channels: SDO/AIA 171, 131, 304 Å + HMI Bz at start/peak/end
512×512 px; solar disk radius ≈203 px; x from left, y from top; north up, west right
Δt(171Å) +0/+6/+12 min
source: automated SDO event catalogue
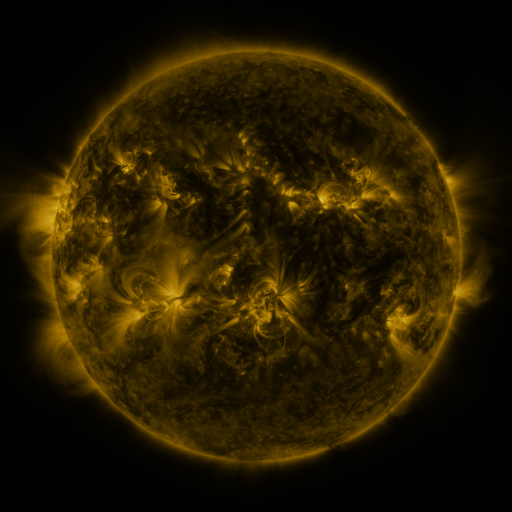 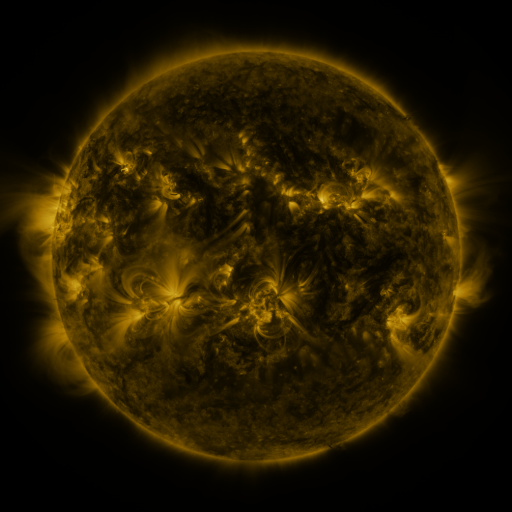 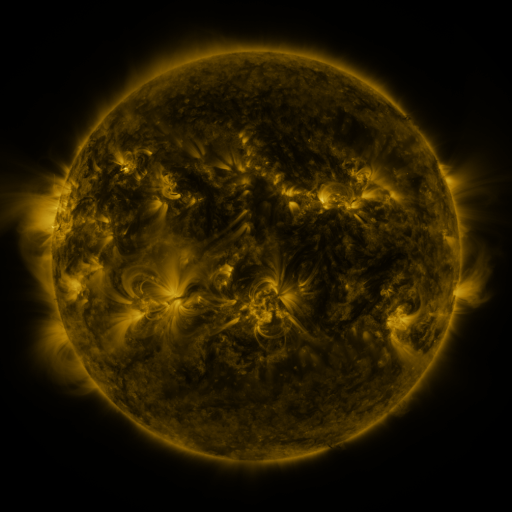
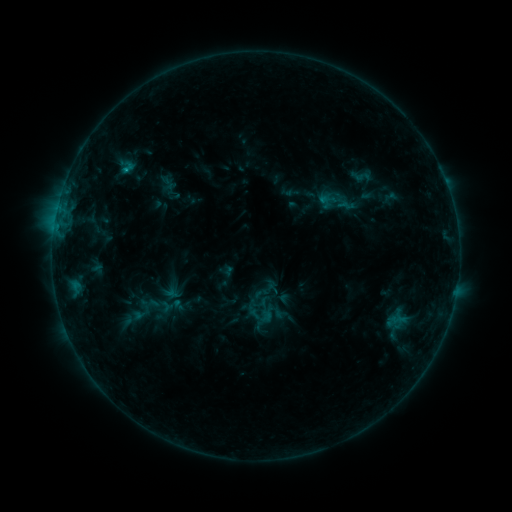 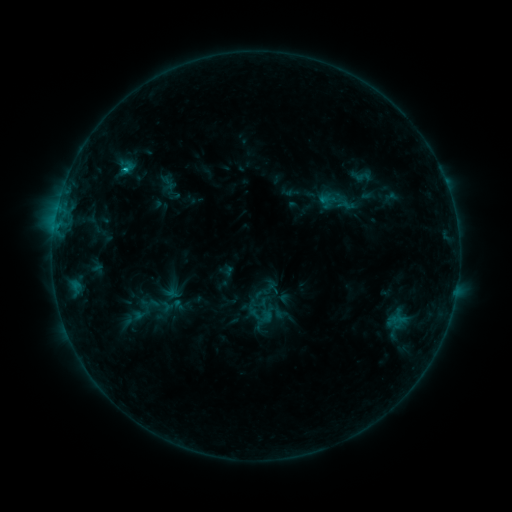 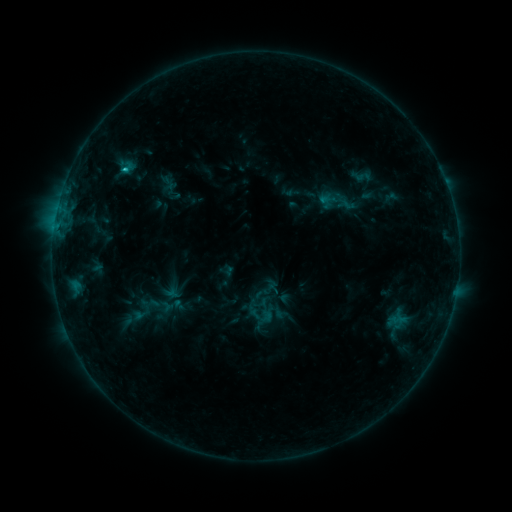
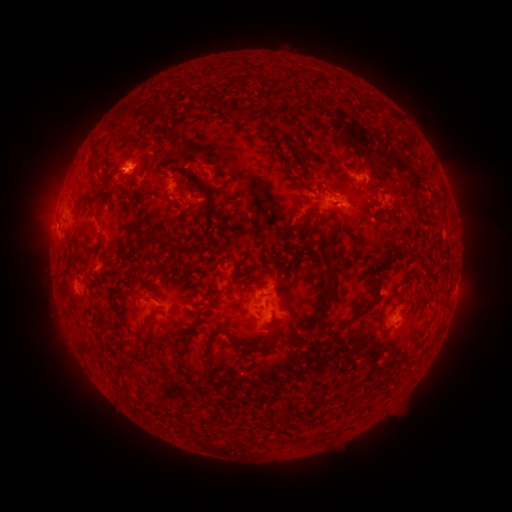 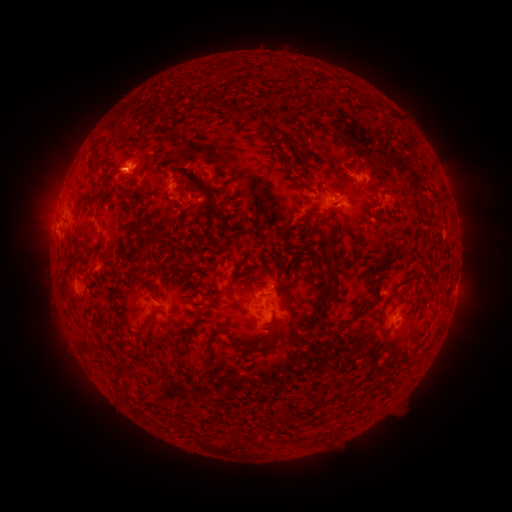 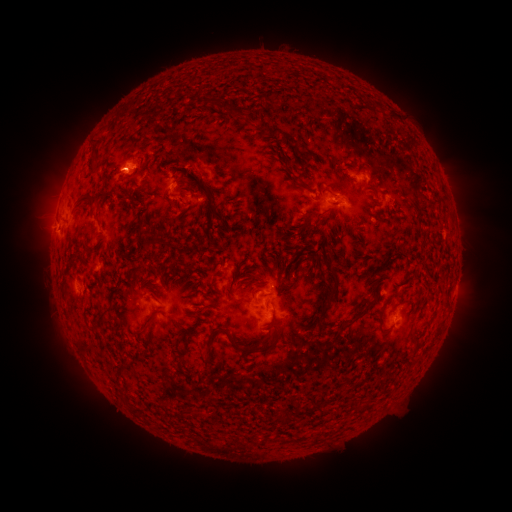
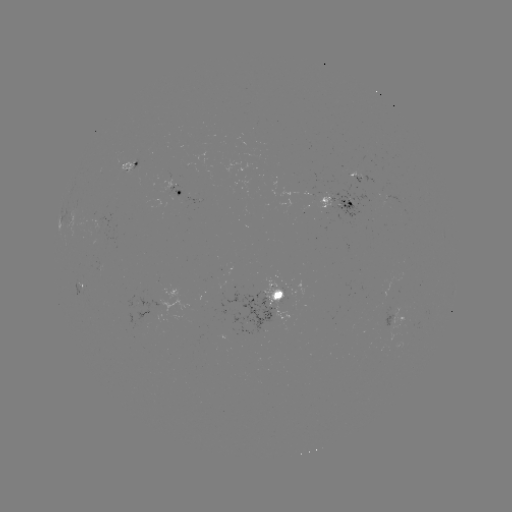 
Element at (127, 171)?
B9.7 flare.